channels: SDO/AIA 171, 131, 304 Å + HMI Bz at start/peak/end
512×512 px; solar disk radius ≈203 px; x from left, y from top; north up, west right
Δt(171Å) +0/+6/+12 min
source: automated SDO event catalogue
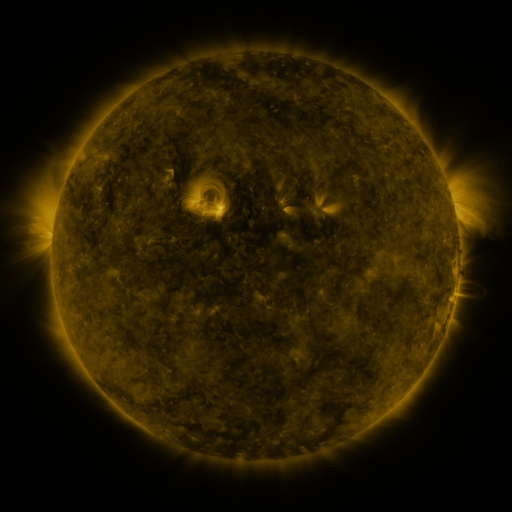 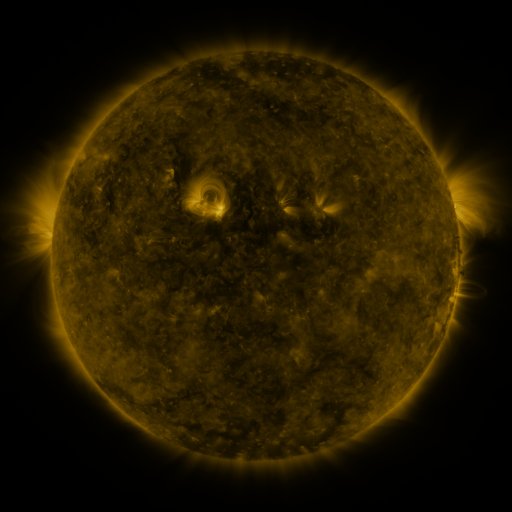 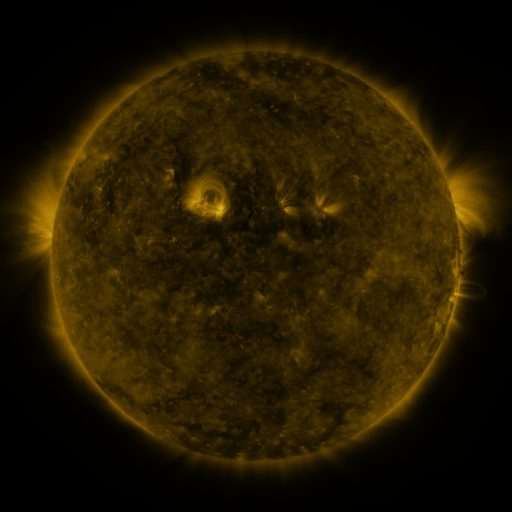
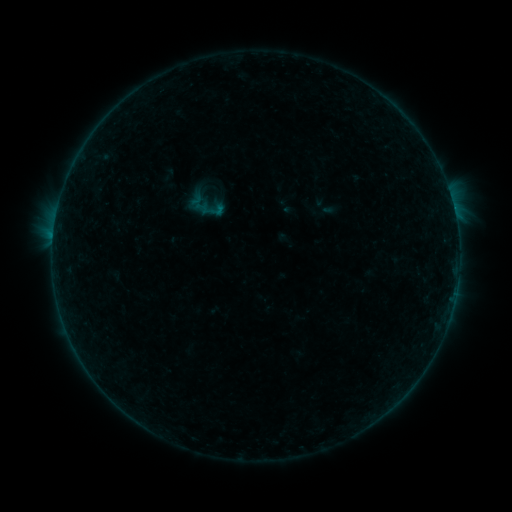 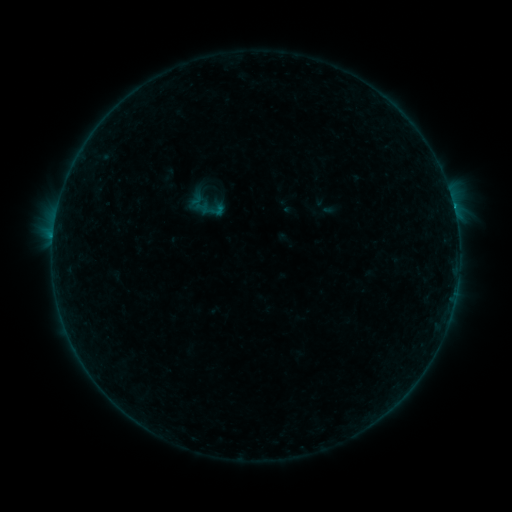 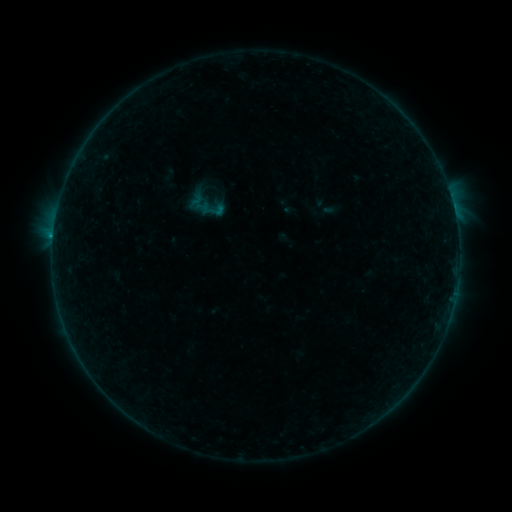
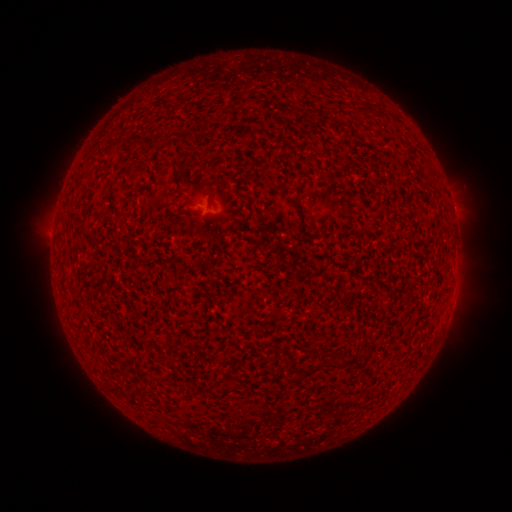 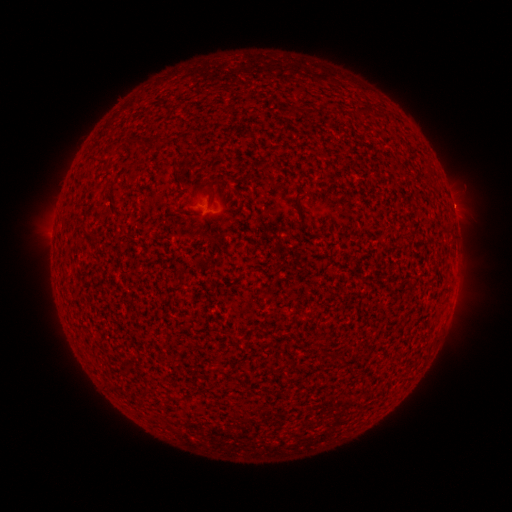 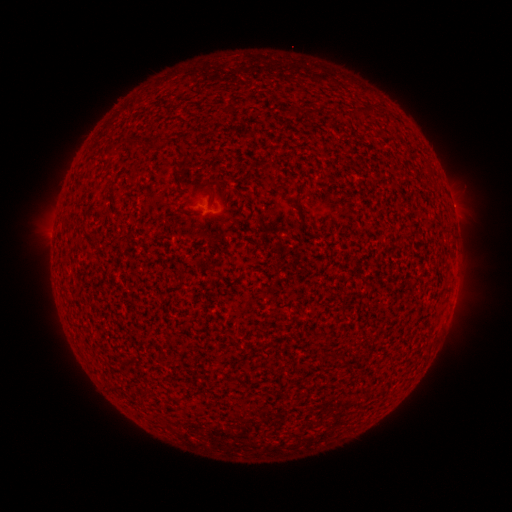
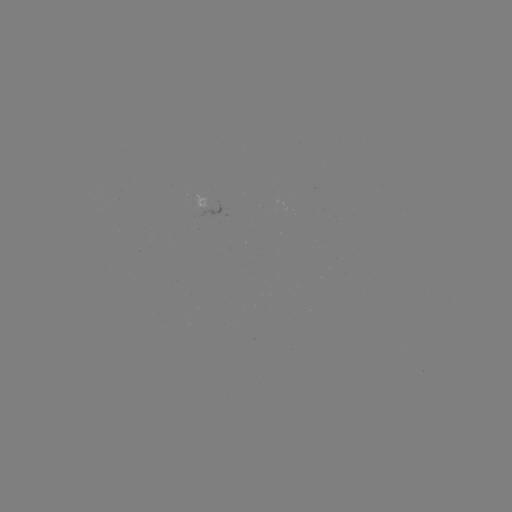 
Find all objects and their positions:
eruption: (455, 204)
